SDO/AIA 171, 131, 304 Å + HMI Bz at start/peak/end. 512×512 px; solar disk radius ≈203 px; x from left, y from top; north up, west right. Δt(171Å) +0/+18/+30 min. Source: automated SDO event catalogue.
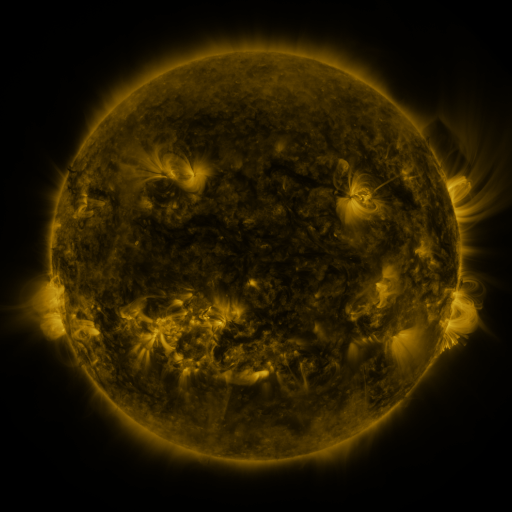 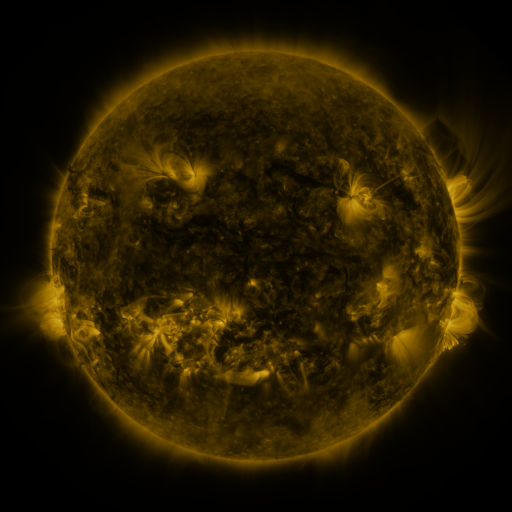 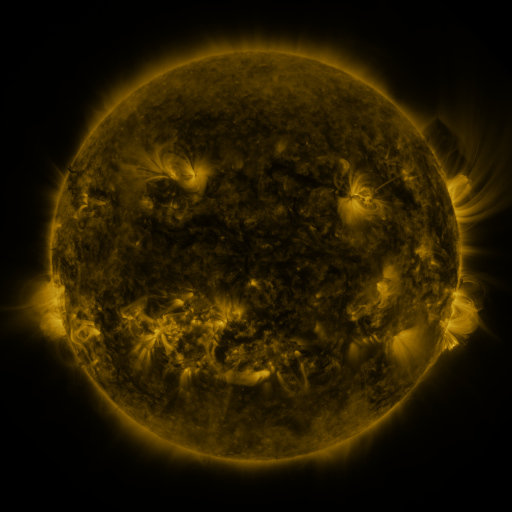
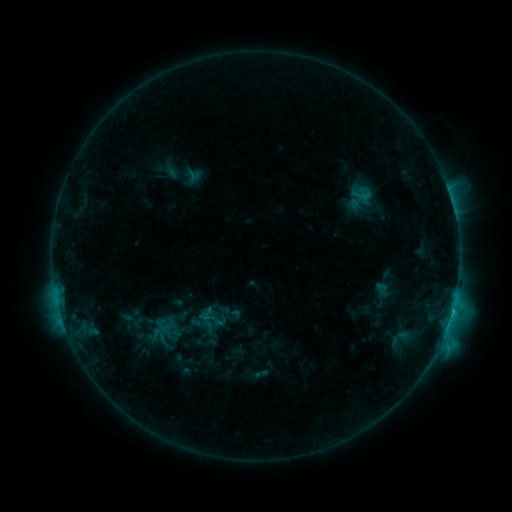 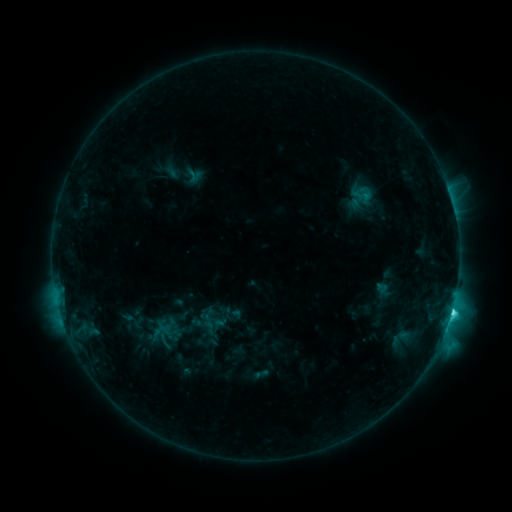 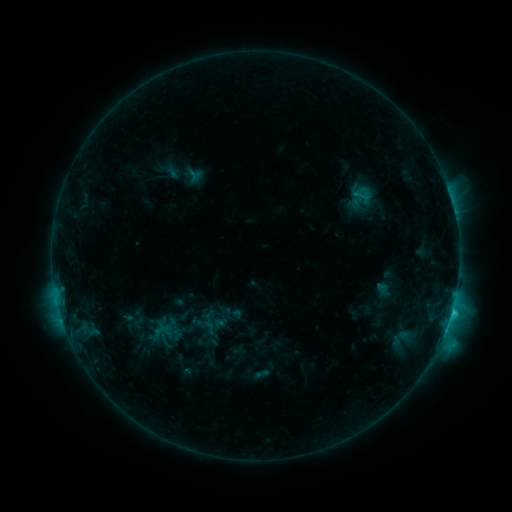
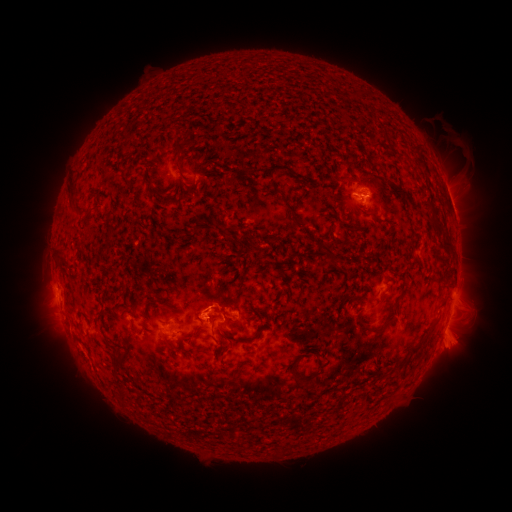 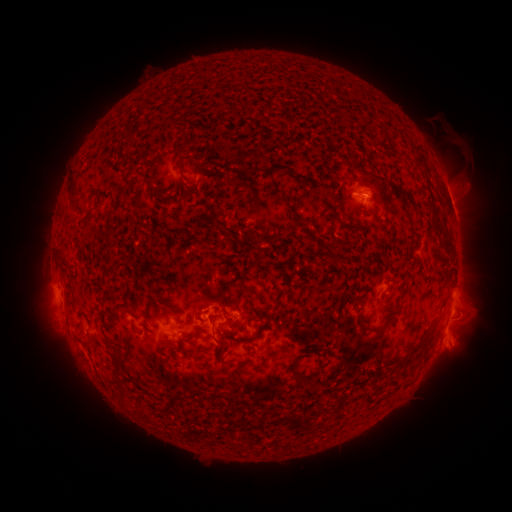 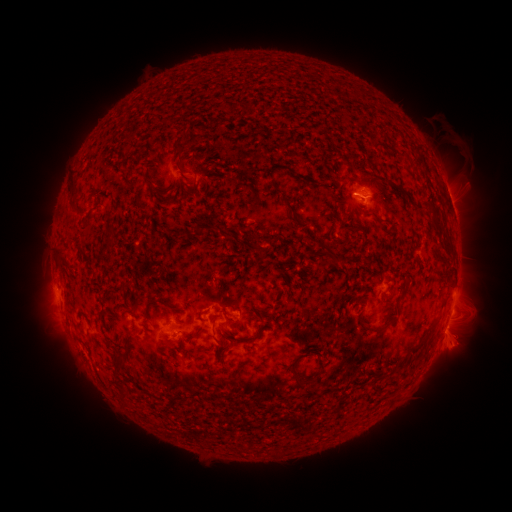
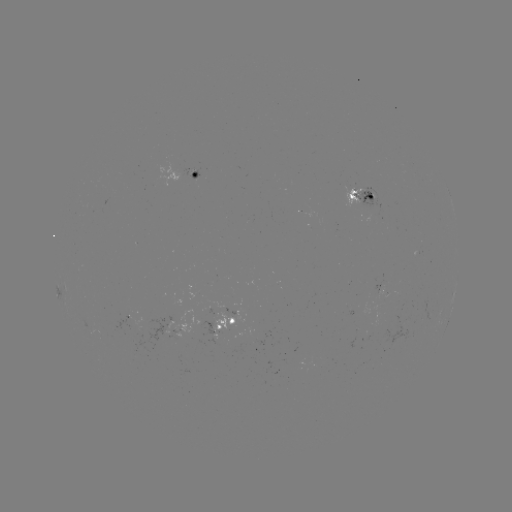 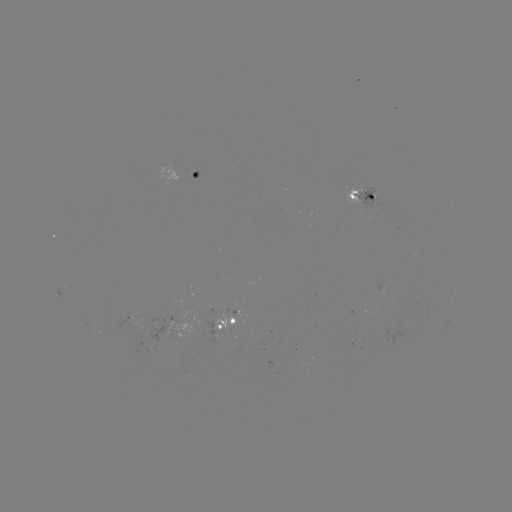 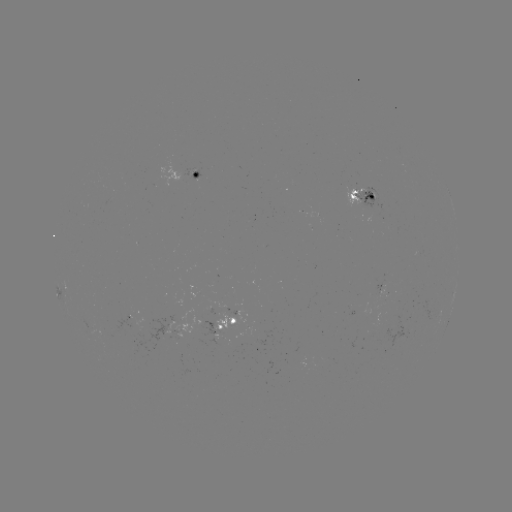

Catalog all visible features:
C3.5 flare: (451, 312)
